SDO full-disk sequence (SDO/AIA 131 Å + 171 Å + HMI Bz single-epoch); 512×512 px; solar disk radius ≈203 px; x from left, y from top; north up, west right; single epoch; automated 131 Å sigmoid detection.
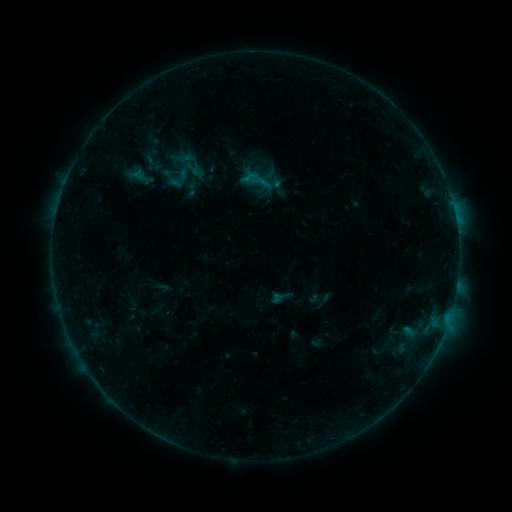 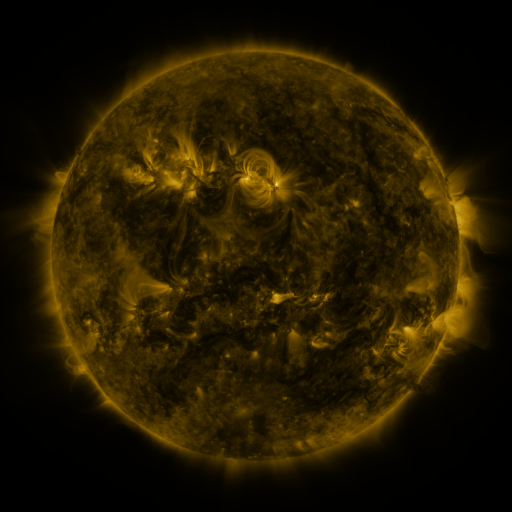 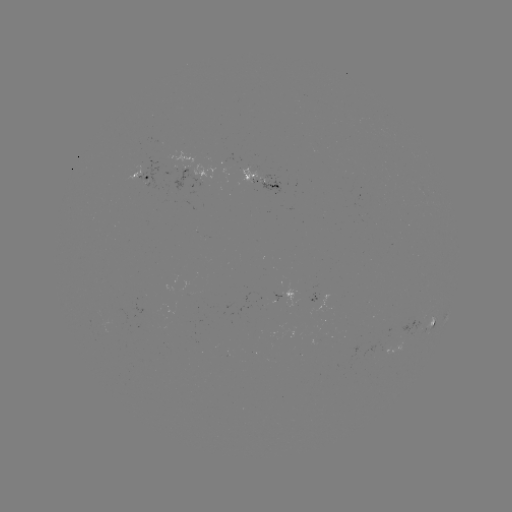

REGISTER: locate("sigmoid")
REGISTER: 257,179